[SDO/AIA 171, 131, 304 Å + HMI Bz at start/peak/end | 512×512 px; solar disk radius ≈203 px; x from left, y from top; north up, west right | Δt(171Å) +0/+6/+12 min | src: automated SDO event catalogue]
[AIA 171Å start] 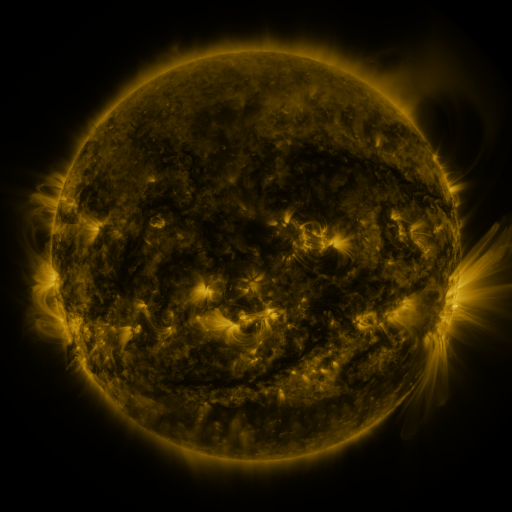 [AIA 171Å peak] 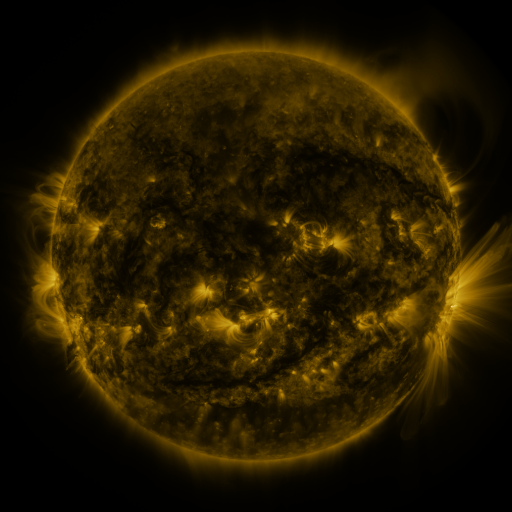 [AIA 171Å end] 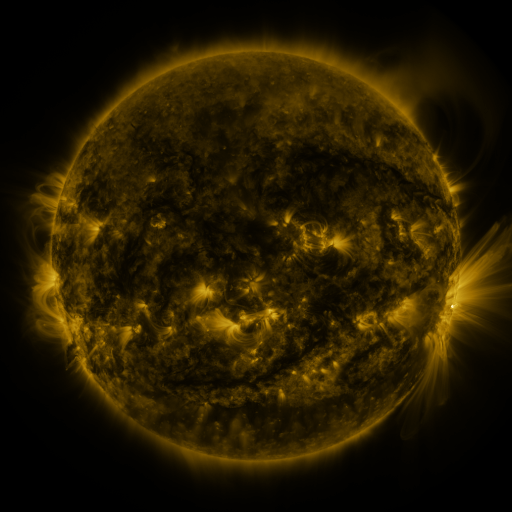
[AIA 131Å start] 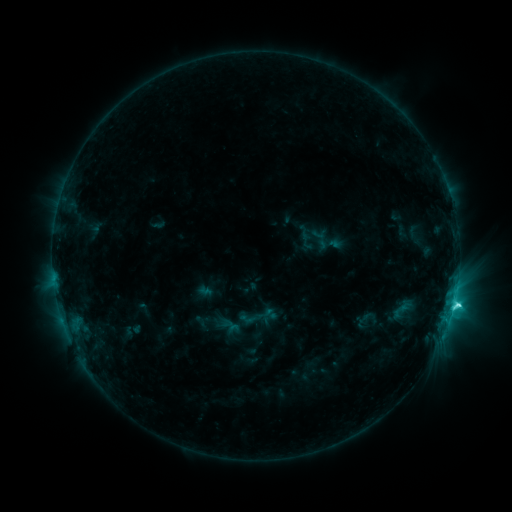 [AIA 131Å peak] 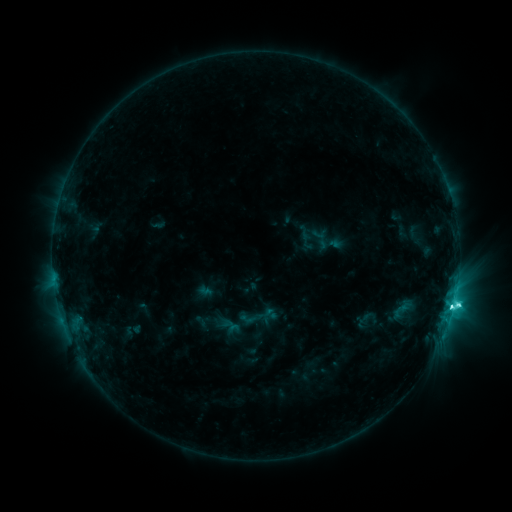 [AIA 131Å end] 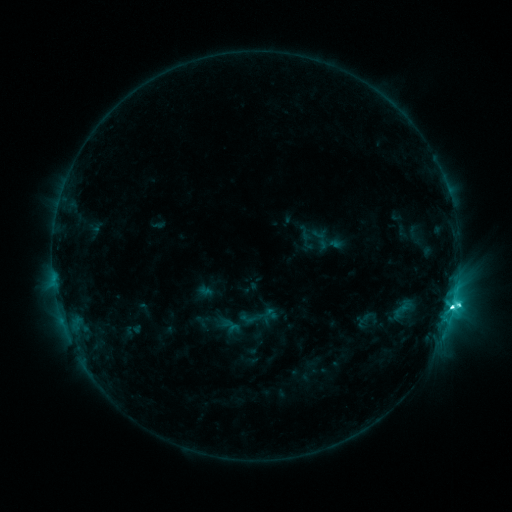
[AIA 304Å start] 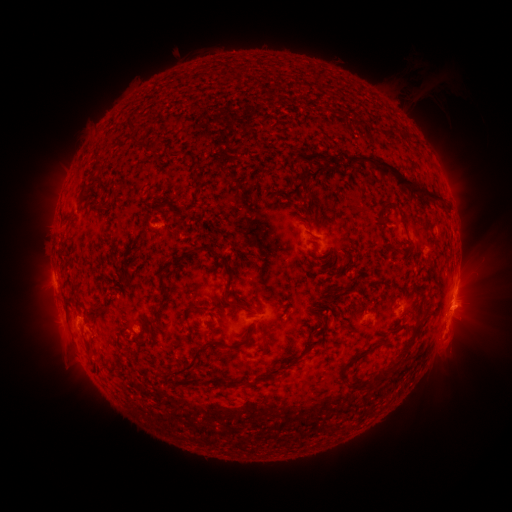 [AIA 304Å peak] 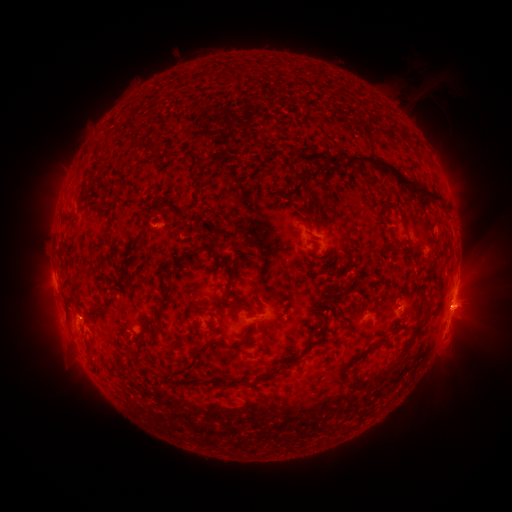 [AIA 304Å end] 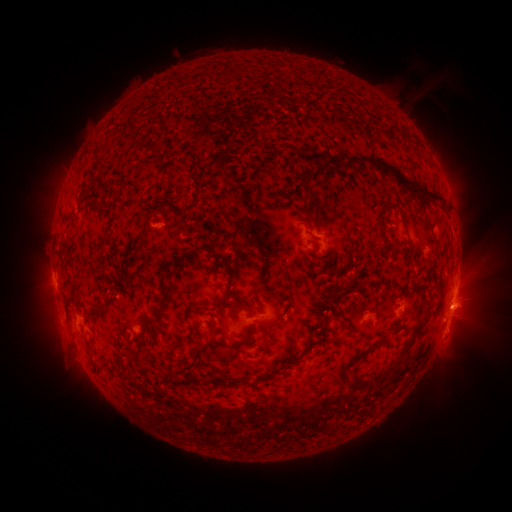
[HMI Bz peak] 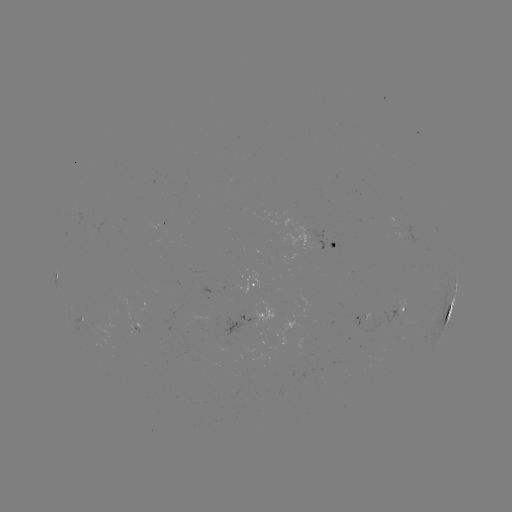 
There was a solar flare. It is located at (450, 307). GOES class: M1.3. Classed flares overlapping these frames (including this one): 1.